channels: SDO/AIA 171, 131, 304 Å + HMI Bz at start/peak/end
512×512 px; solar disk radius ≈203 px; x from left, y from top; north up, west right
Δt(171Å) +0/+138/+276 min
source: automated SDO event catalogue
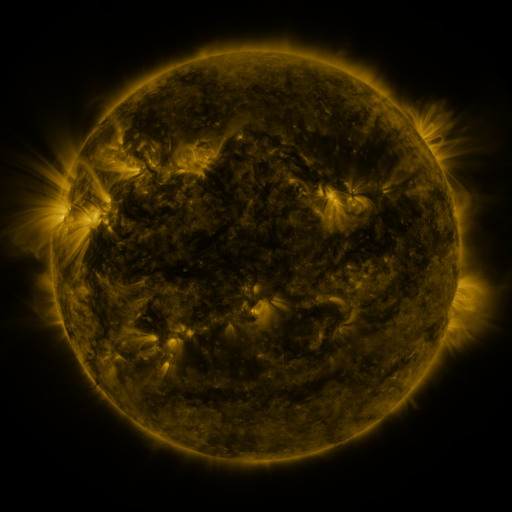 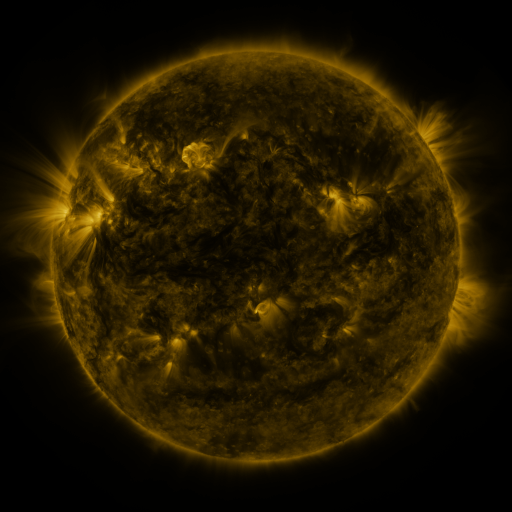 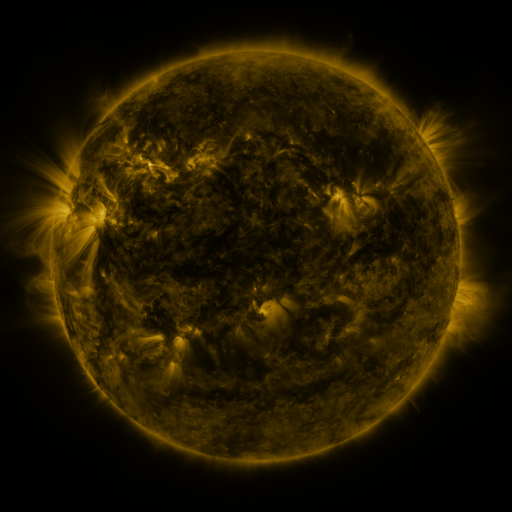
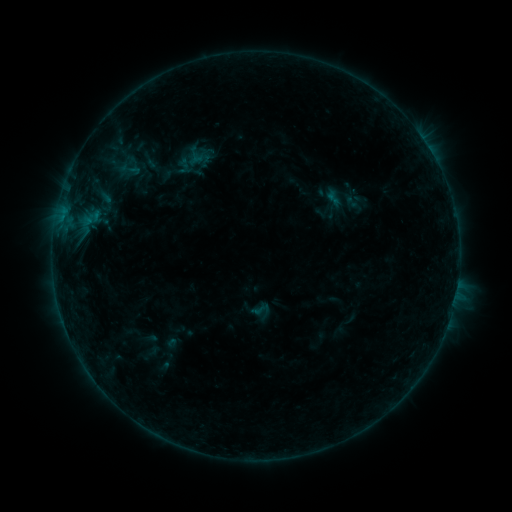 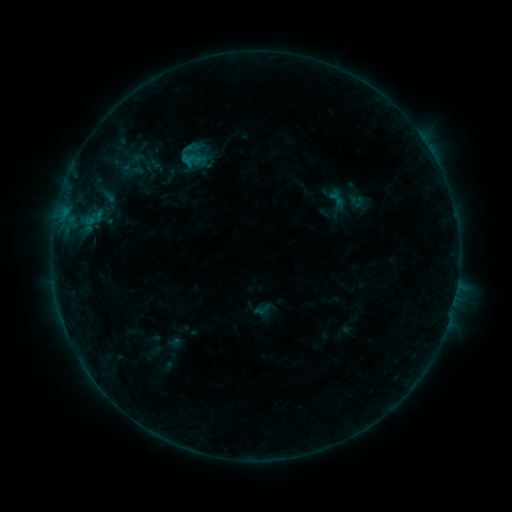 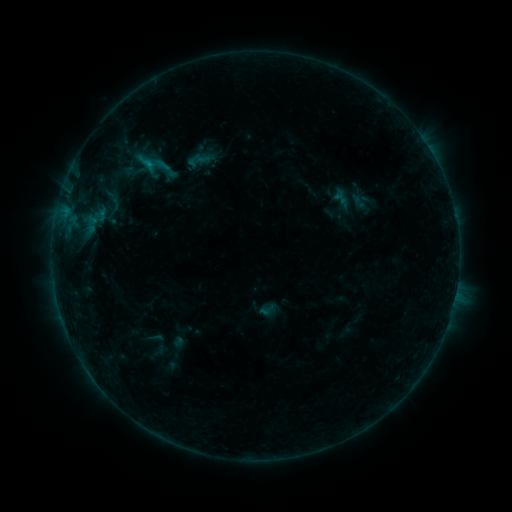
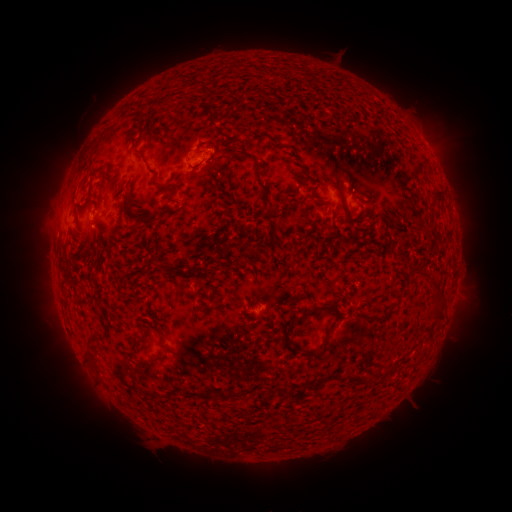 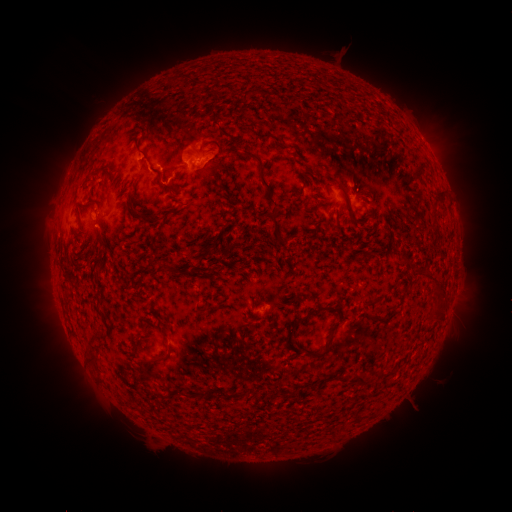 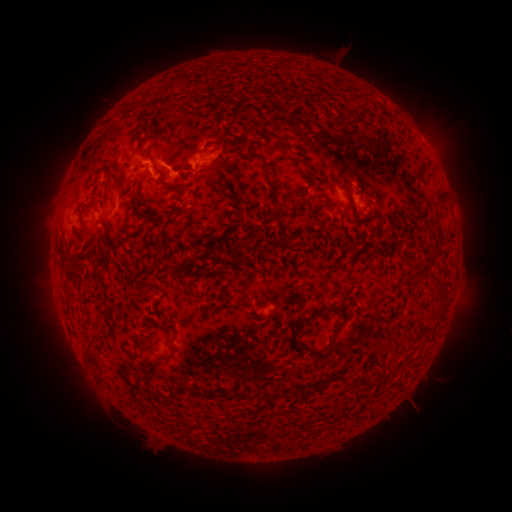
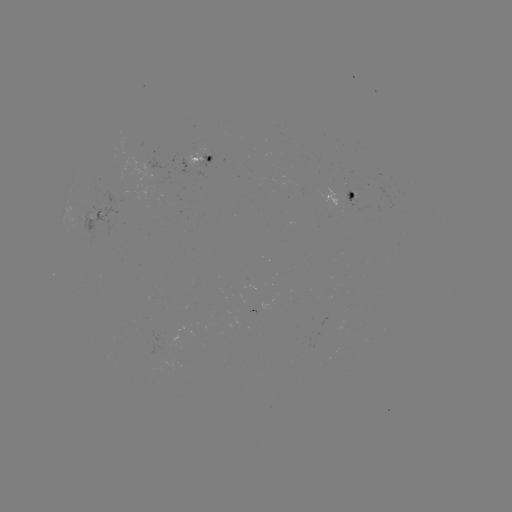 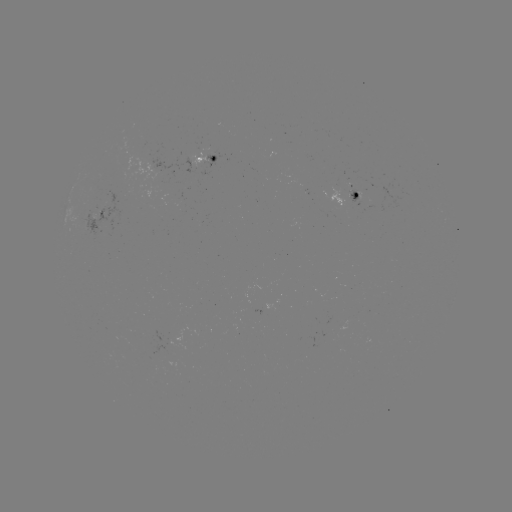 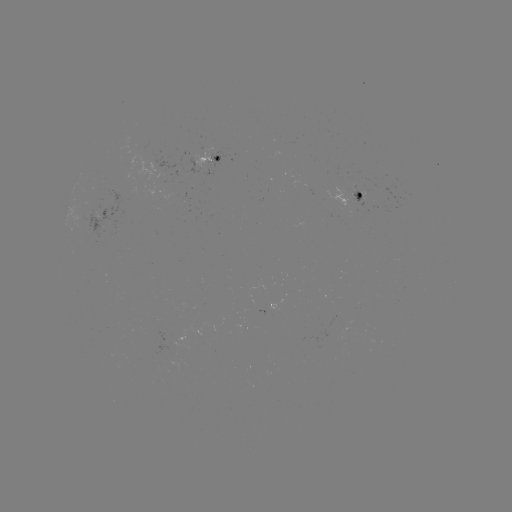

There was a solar filament eruption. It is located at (157, 118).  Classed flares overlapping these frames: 2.